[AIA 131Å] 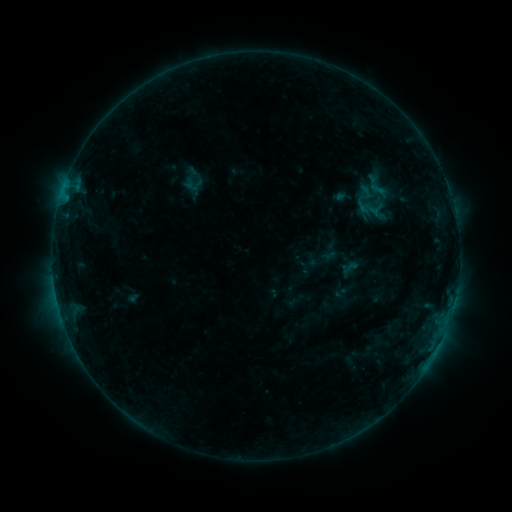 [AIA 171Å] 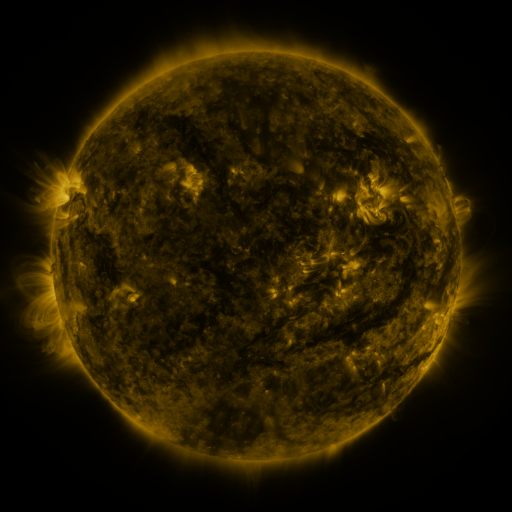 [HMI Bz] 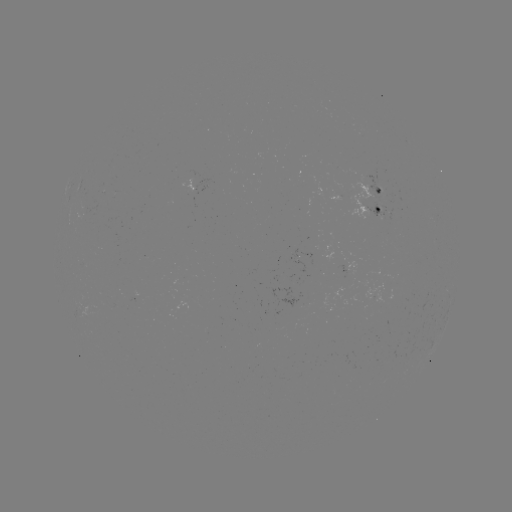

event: sigmoid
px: (351, 267)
